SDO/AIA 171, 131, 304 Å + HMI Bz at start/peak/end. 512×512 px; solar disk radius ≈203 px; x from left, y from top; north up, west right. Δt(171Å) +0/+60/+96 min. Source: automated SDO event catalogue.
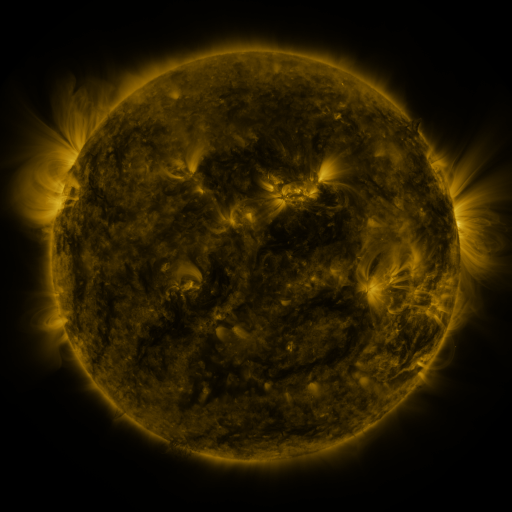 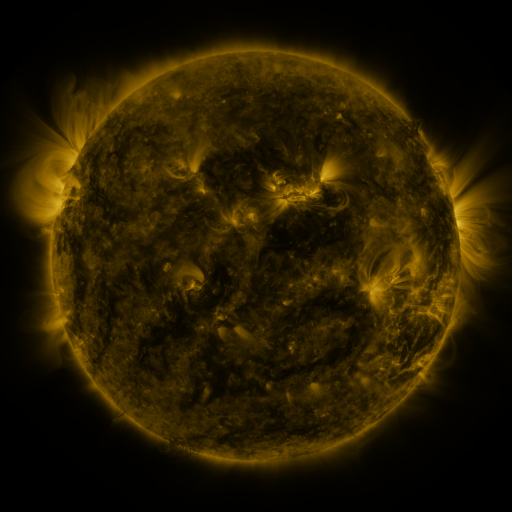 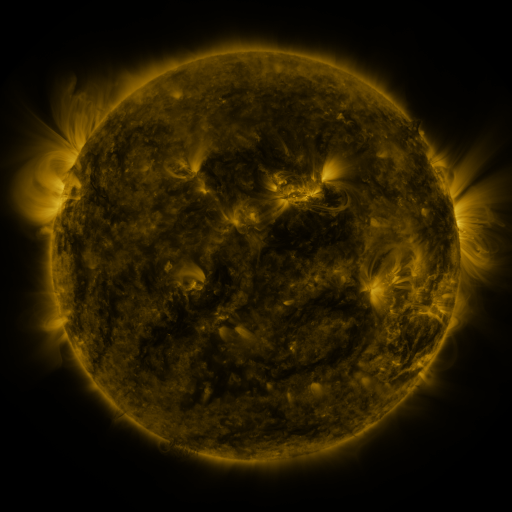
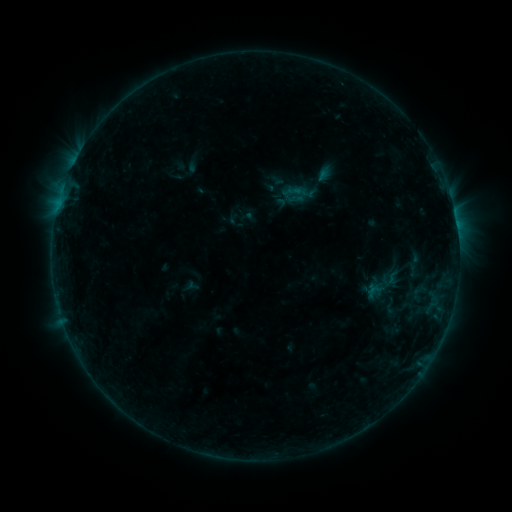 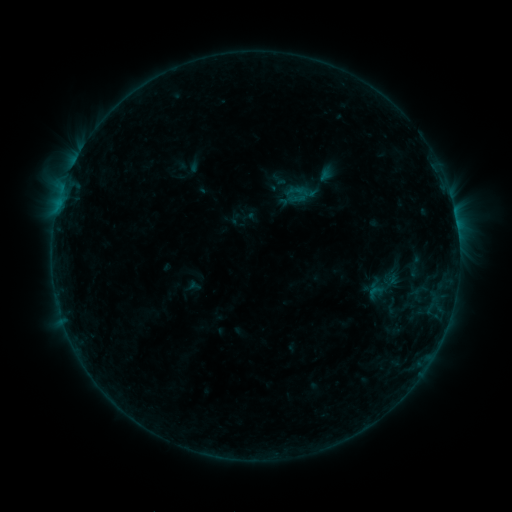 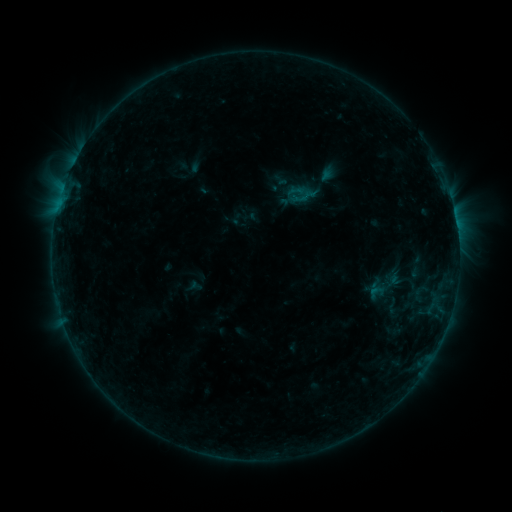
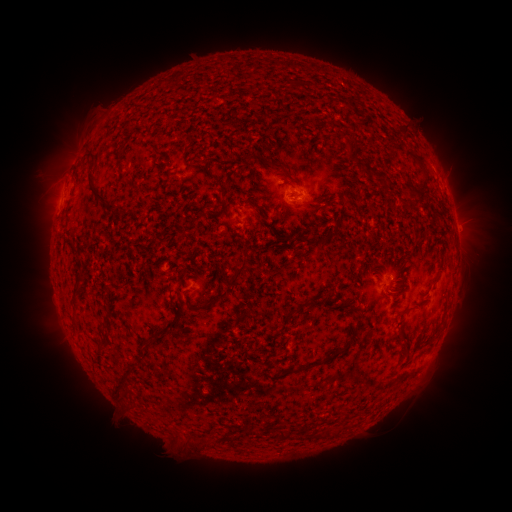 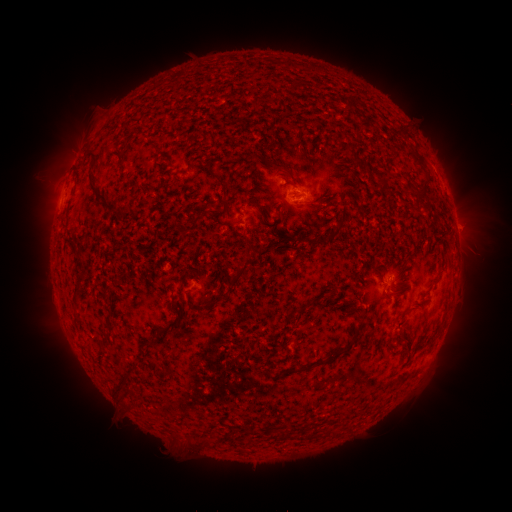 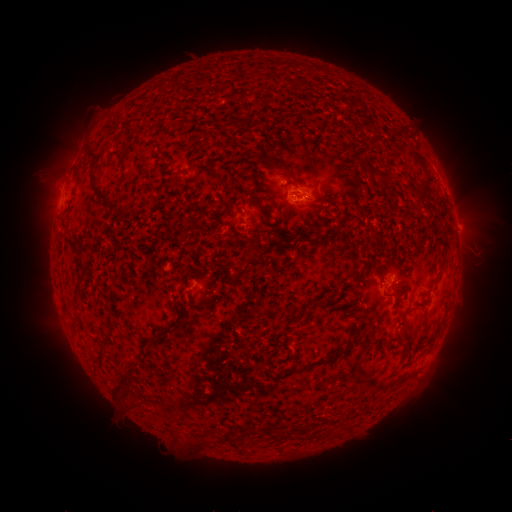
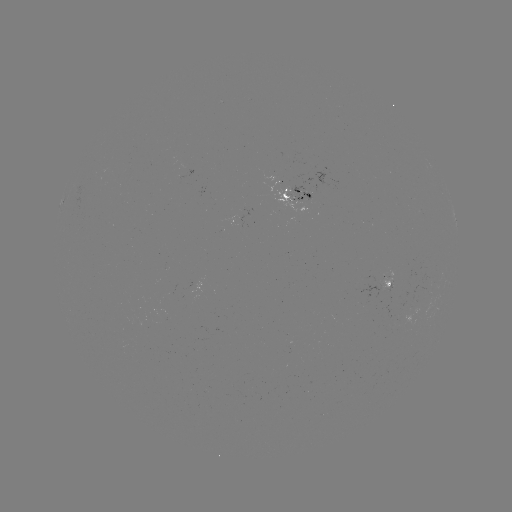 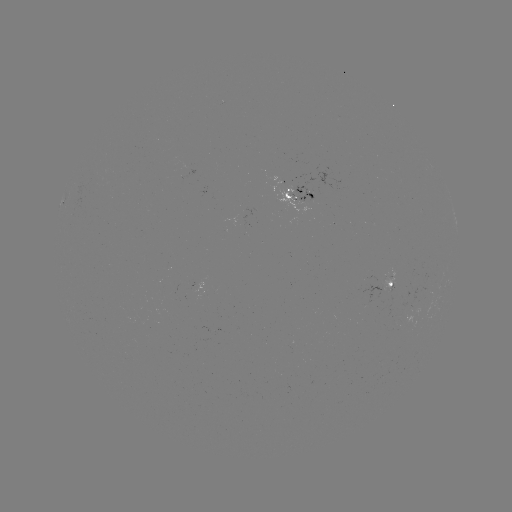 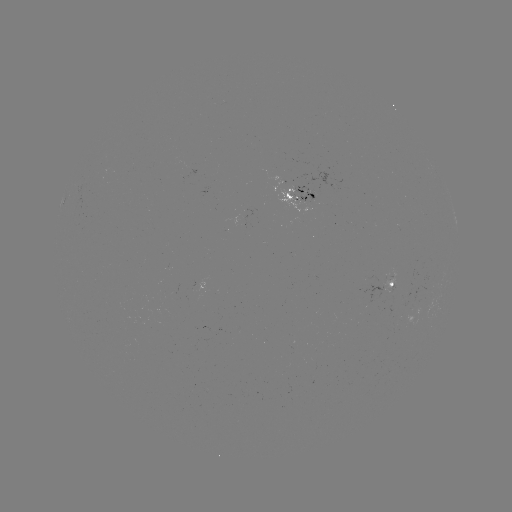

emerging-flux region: (383, 282, 391, 301)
